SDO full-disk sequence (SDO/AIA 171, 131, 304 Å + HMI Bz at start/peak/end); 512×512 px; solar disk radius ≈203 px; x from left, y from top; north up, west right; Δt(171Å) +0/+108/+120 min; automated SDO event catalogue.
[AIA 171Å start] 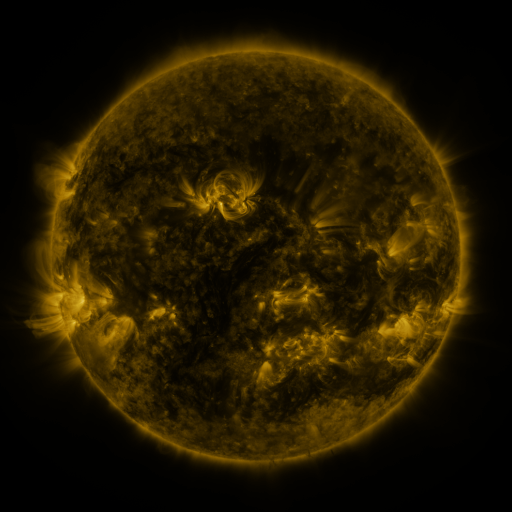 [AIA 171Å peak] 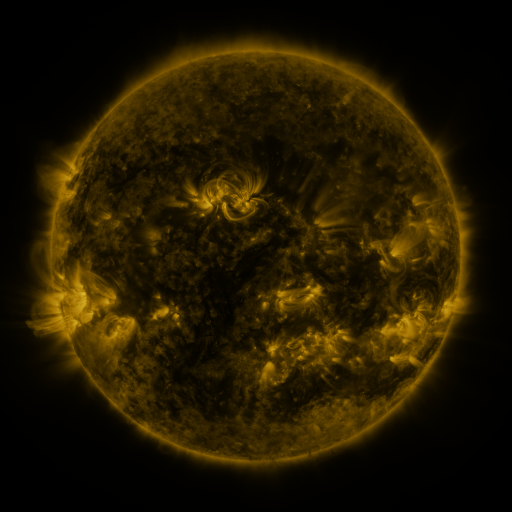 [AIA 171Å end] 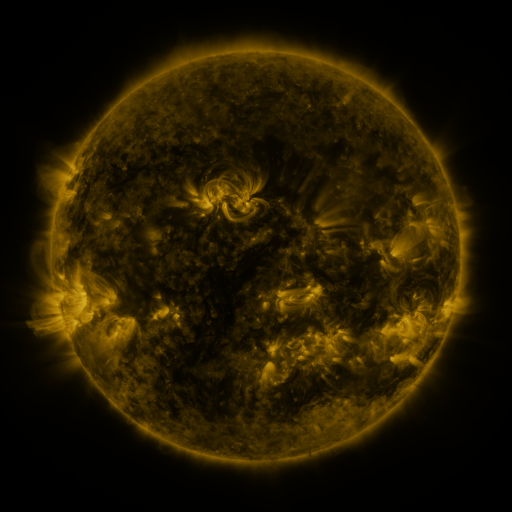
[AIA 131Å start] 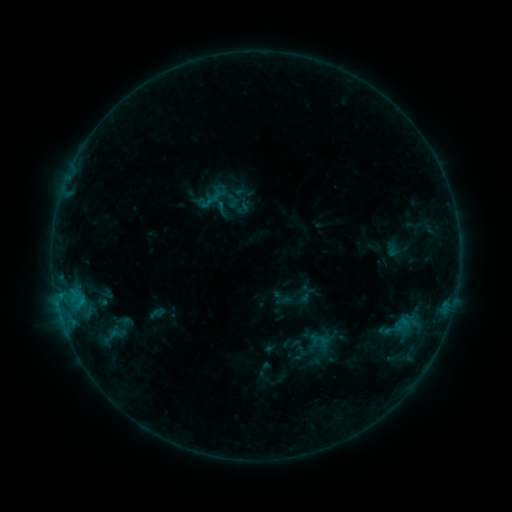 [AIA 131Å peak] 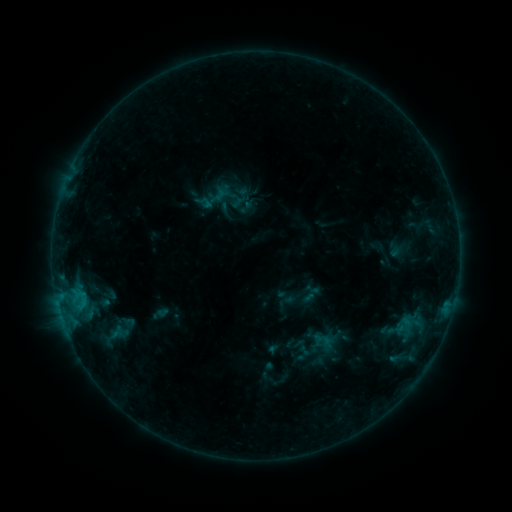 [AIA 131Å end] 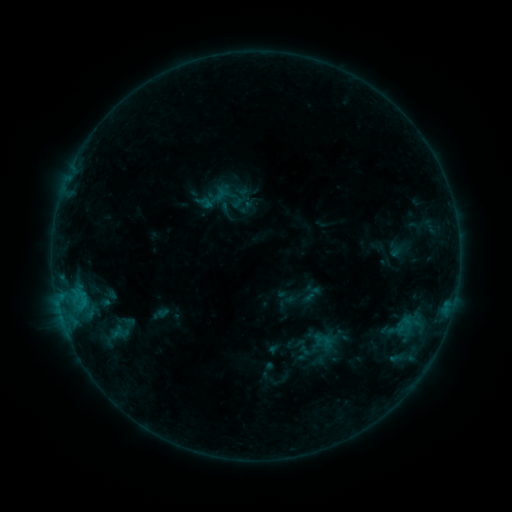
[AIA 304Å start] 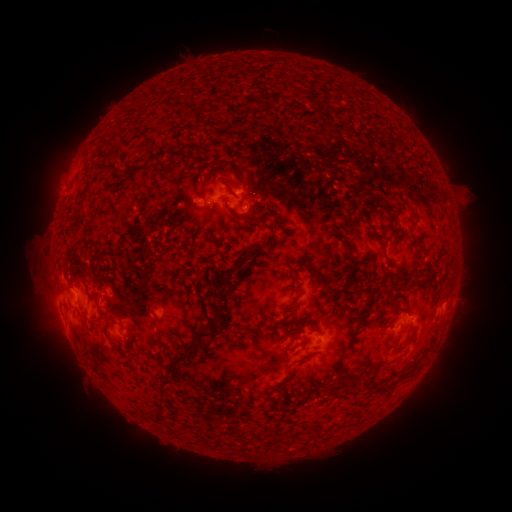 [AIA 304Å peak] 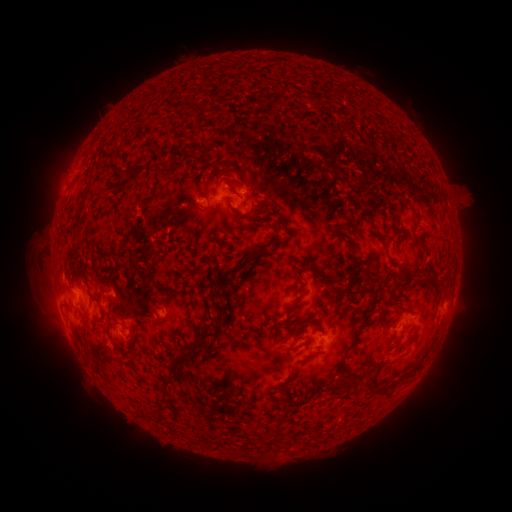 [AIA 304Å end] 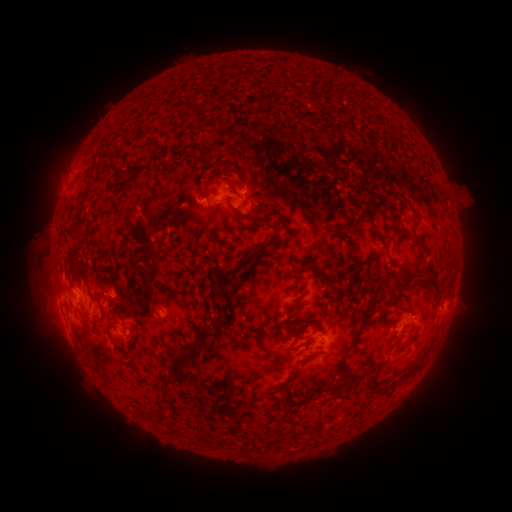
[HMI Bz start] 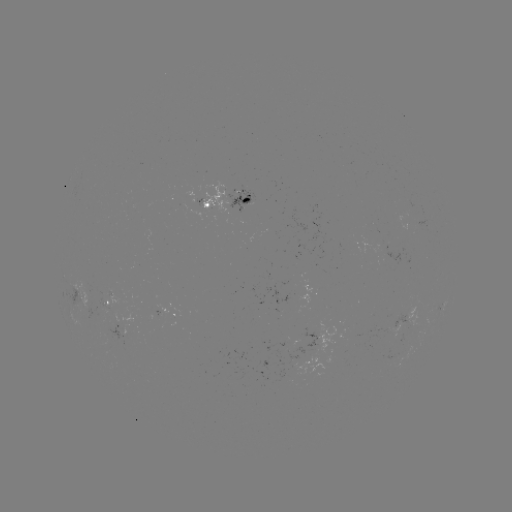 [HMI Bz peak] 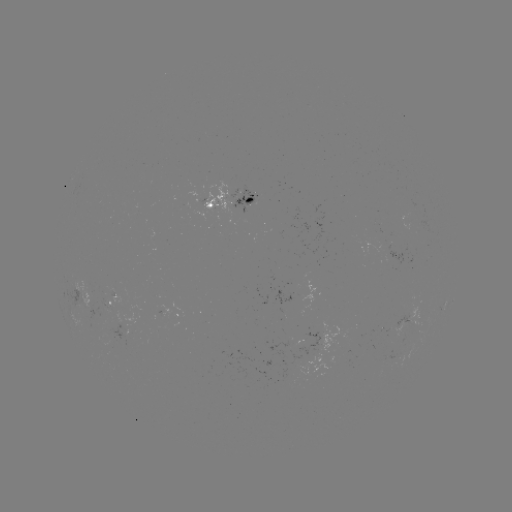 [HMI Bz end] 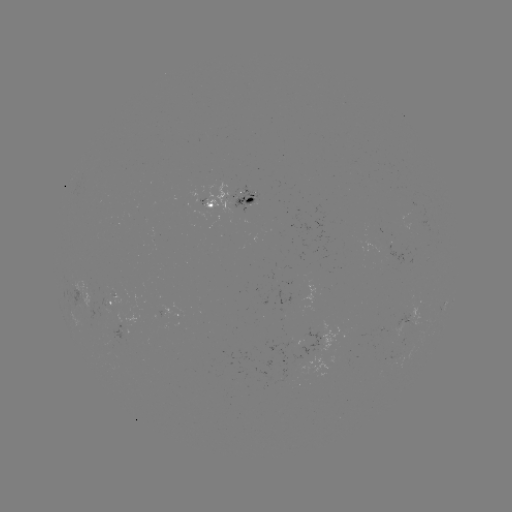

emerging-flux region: [78, 278, 107, 309]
